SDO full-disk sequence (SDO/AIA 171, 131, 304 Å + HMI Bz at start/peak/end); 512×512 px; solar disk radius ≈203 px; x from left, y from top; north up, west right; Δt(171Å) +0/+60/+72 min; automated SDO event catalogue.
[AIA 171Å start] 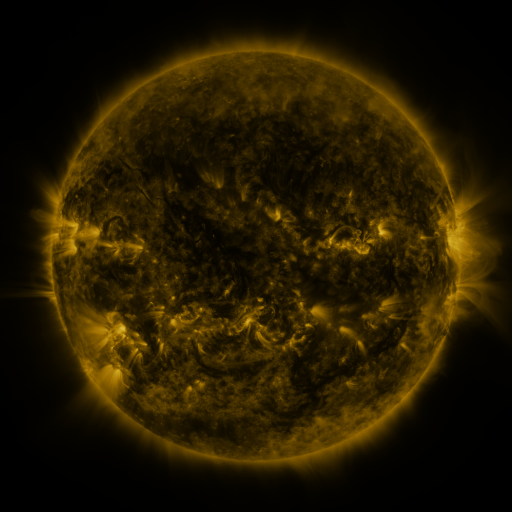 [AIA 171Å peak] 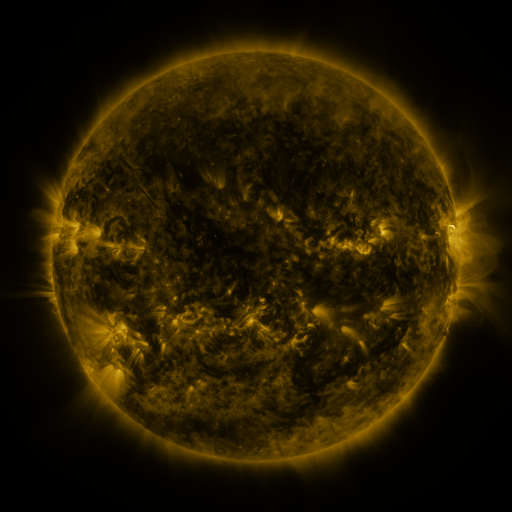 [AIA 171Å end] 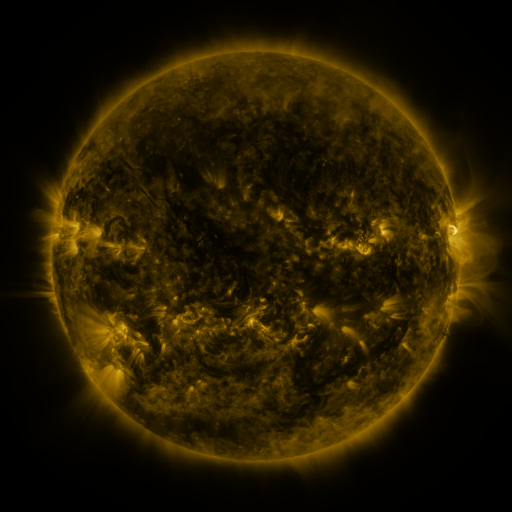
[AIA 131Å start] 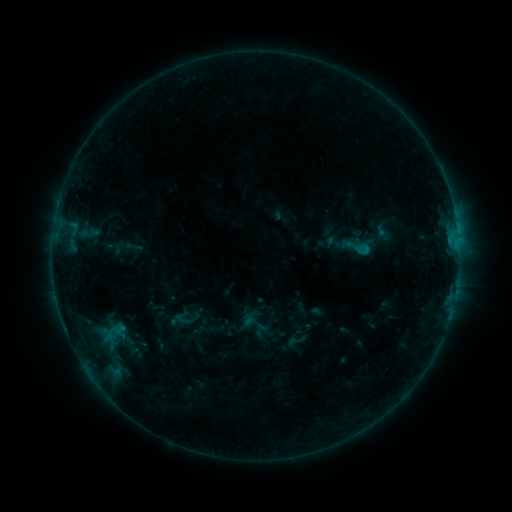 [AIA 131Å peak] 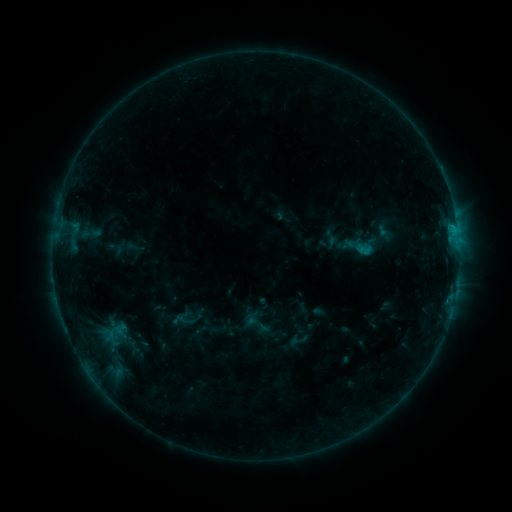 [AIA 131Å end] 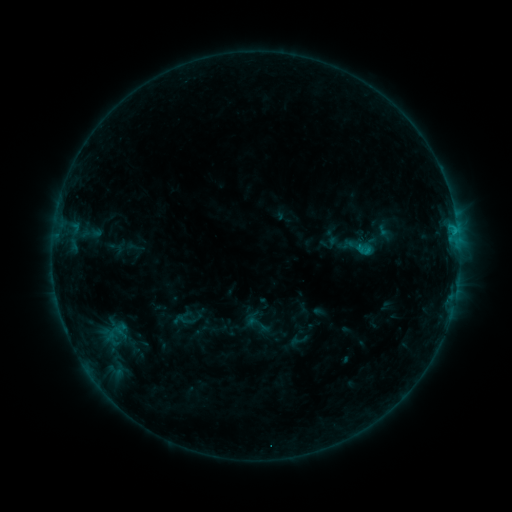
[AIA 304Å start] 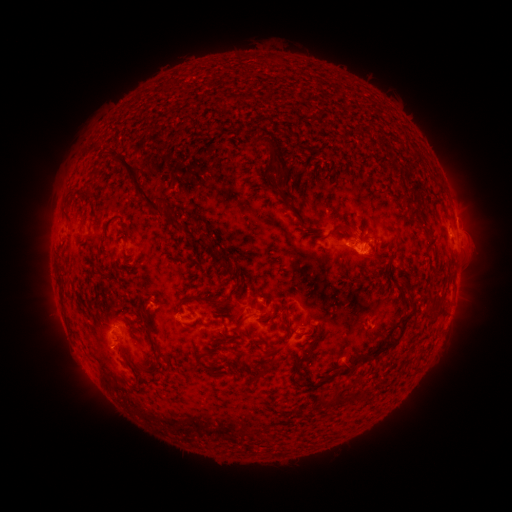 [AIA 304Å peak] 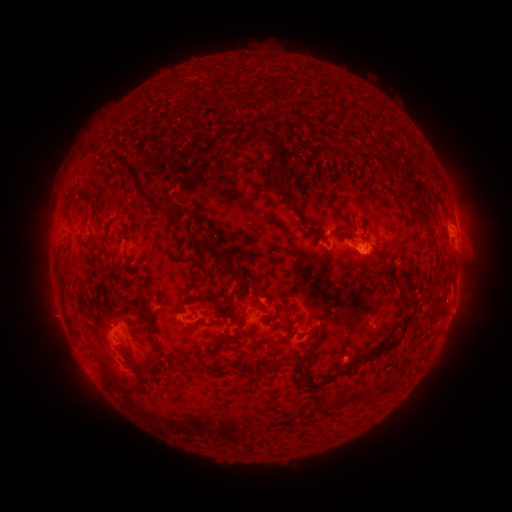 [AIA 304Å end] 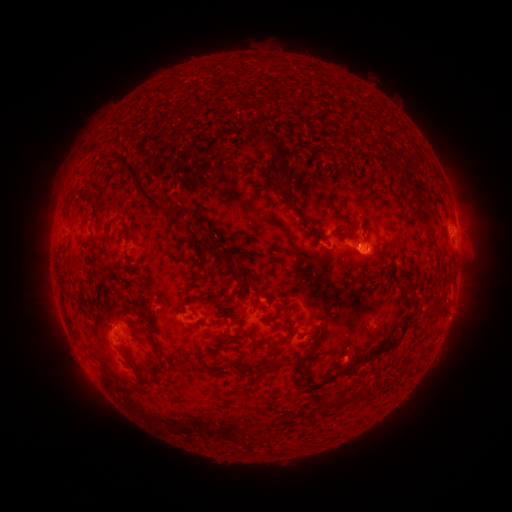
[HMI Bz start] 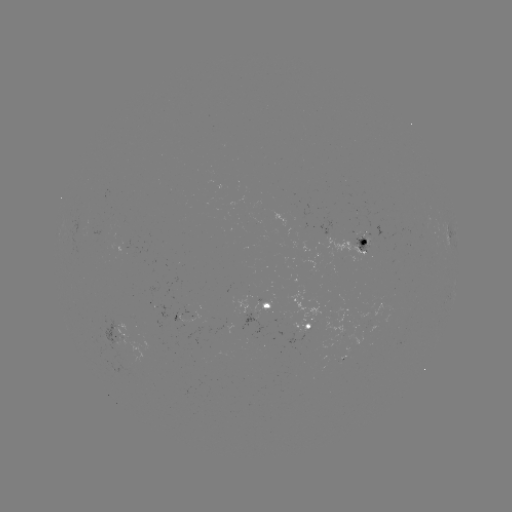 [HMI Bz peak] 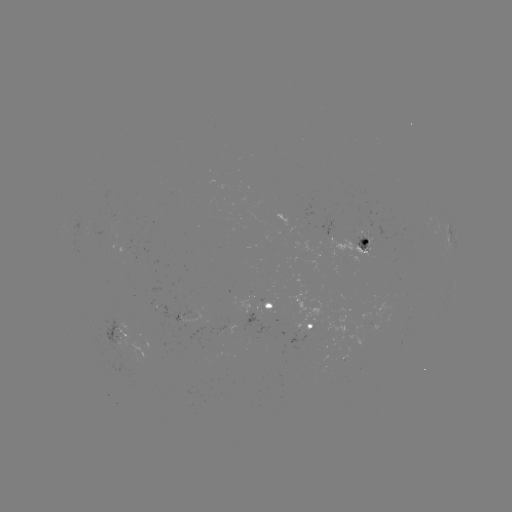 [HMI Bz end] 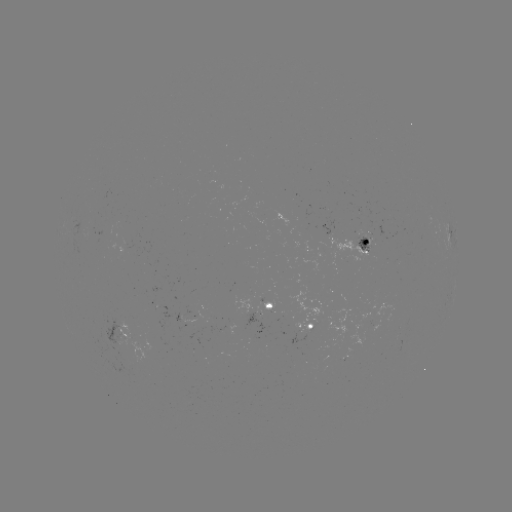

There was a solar emerging-flux region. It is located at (242, 313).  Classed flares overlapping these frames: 1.